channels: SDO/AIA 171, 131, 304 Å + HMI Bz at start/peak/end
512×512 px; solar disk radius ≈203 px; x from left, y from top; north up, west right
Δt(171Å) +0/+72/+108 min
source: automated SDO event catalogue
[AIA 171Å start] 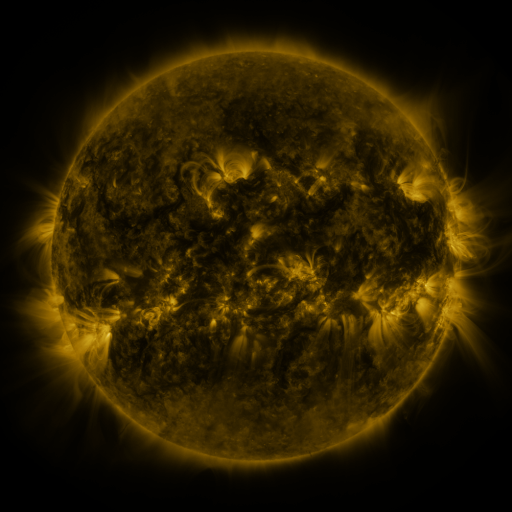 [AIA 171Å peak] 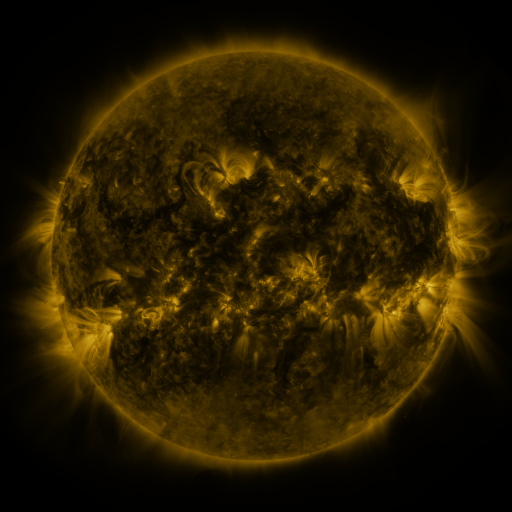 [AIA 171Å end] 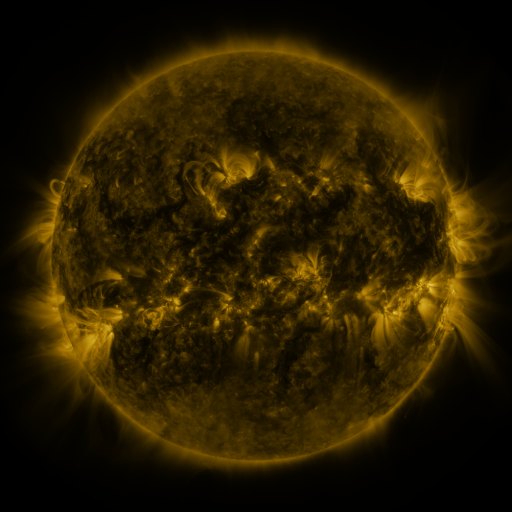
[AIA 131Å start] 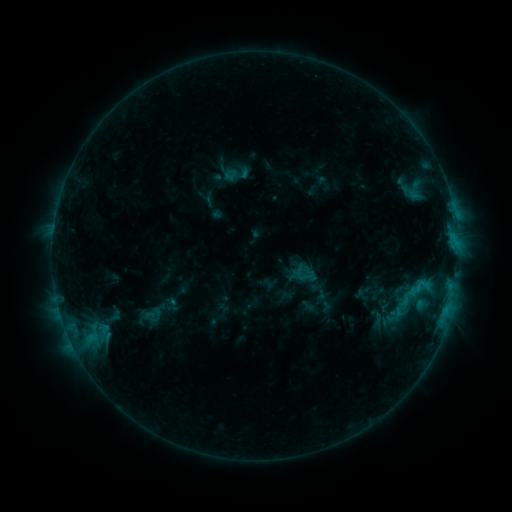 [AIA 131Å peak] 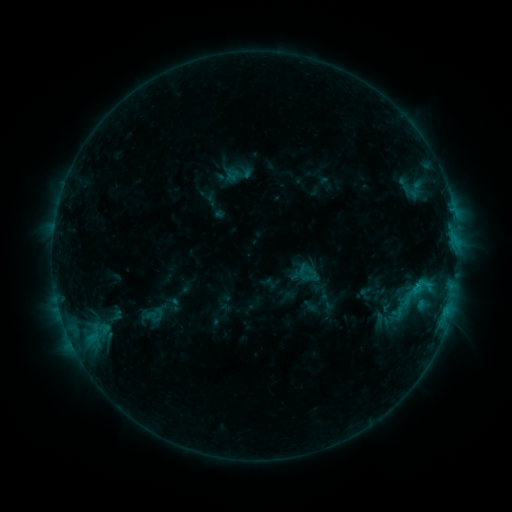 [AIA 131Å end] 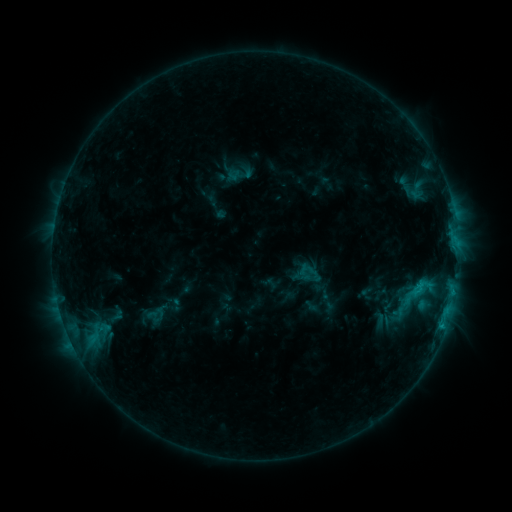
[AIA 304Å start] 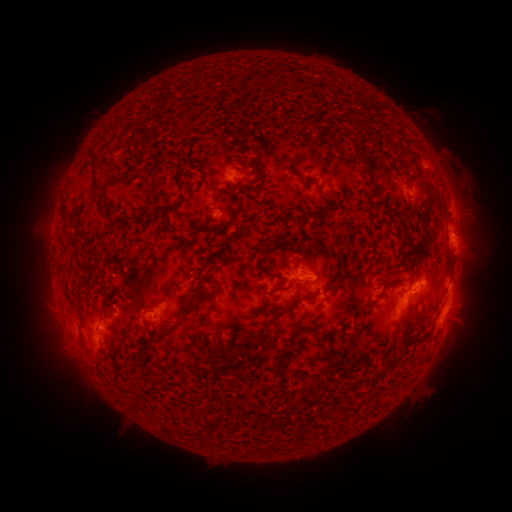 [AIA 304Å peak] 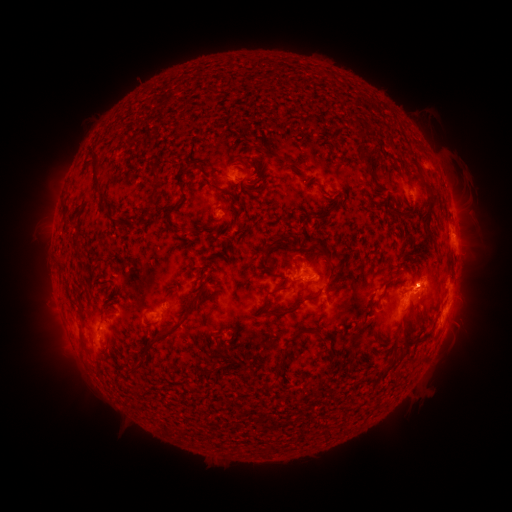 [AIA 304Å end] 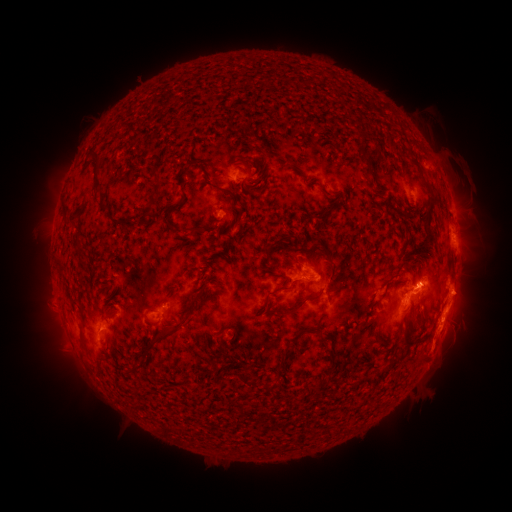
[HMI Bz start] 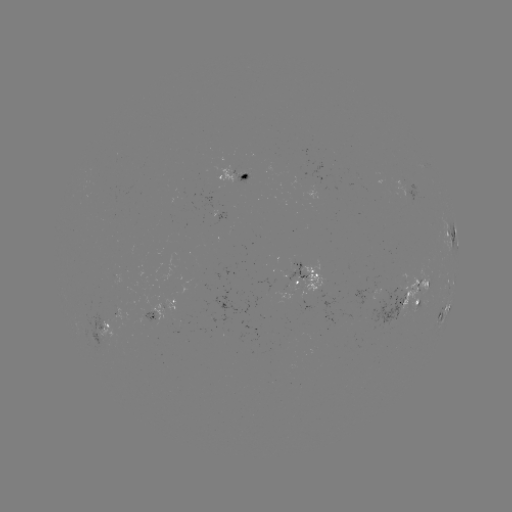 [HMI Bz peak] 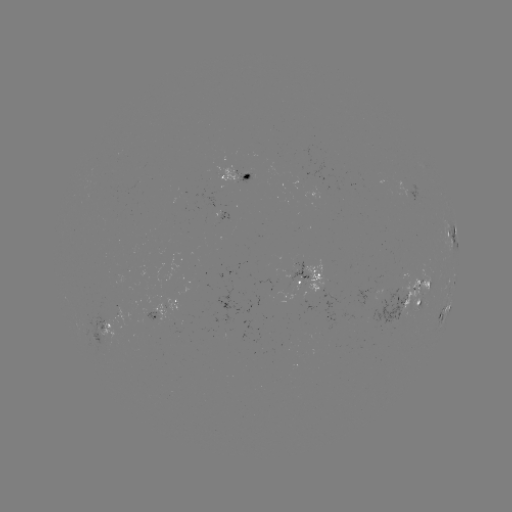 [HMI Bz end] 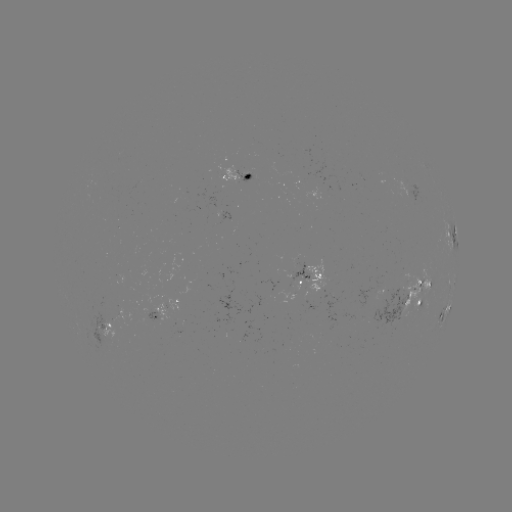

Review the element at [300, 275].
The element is emerging-flux region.